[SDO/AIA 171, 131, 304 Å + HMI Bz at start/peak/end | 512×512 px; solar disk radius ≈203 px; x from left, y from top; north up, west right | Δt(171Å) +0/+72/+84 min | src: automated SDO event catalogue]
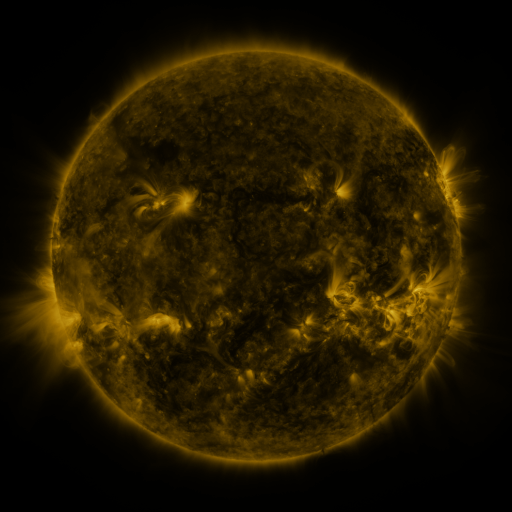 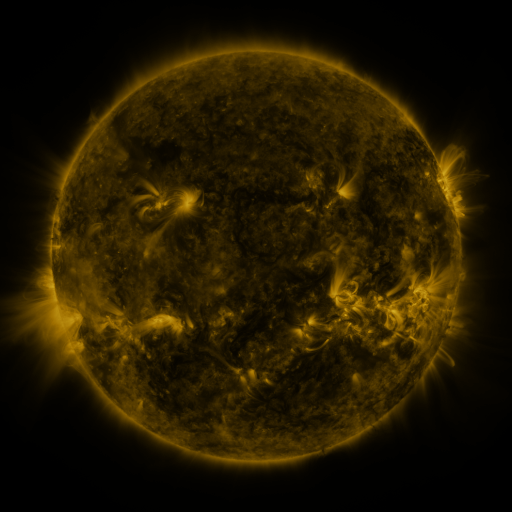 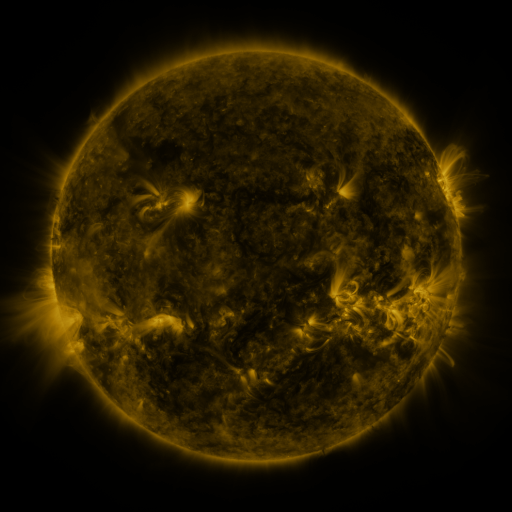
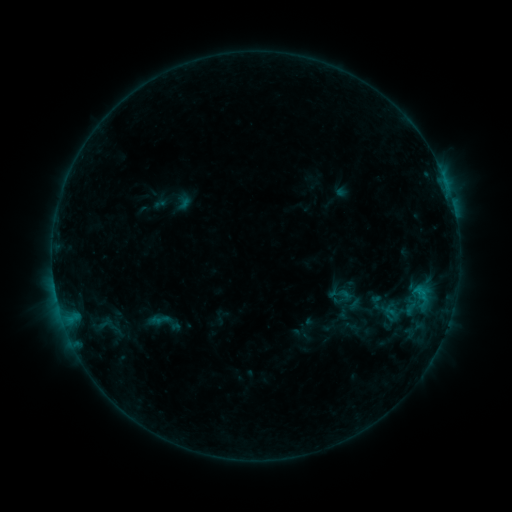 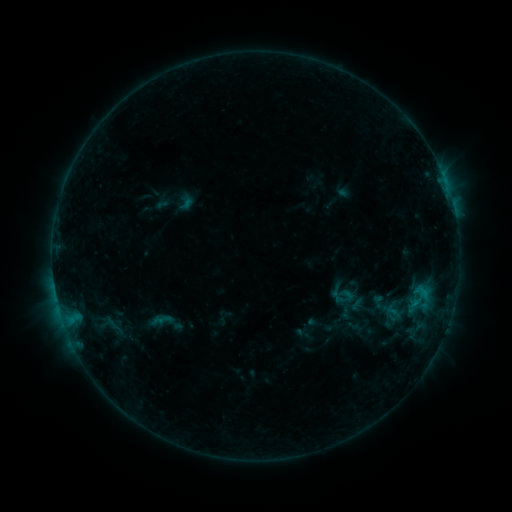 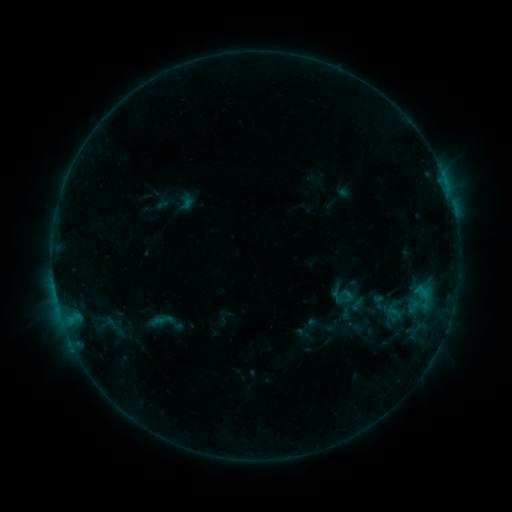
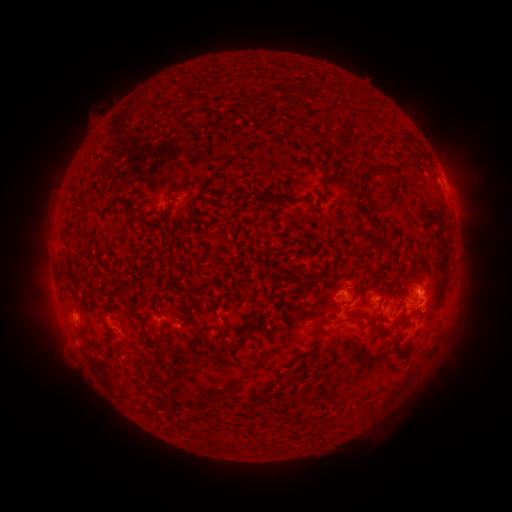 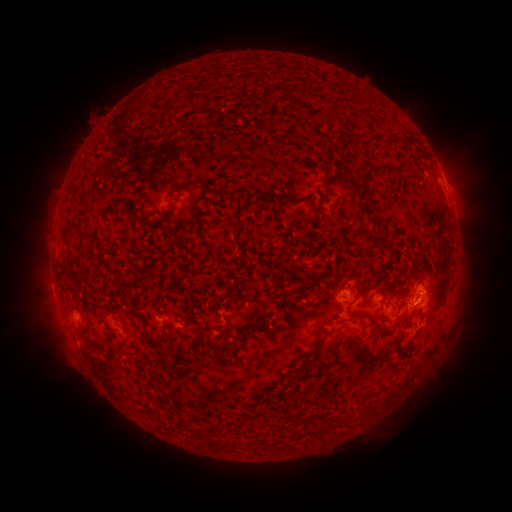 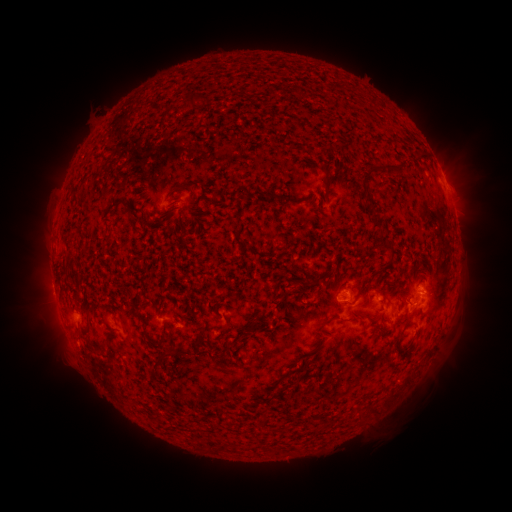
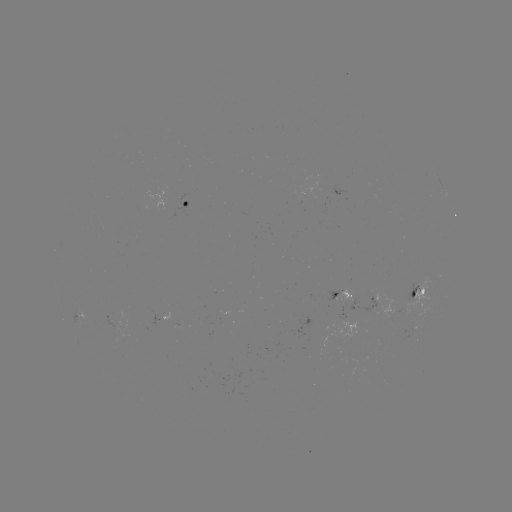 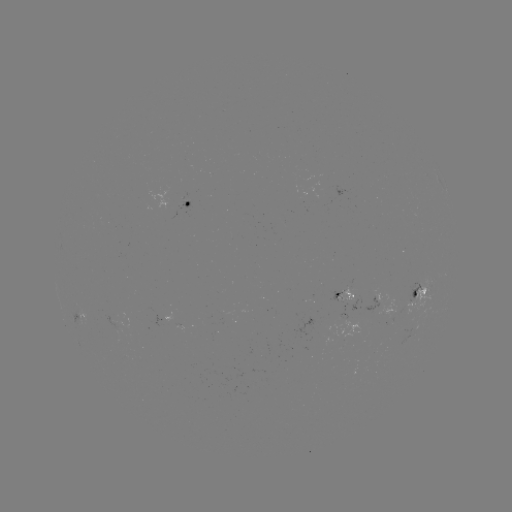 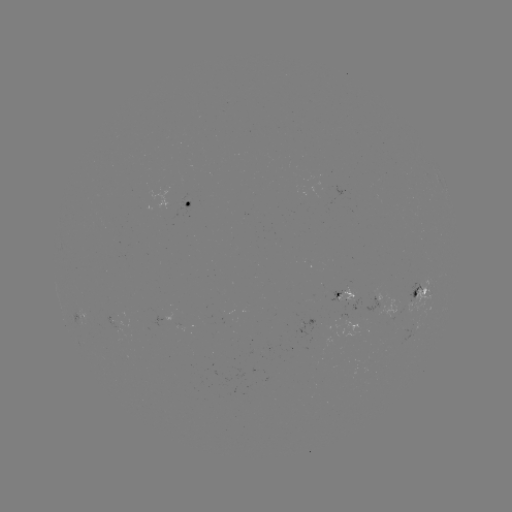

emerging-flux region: <bbox>336, 287, 353, 304</bbox>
